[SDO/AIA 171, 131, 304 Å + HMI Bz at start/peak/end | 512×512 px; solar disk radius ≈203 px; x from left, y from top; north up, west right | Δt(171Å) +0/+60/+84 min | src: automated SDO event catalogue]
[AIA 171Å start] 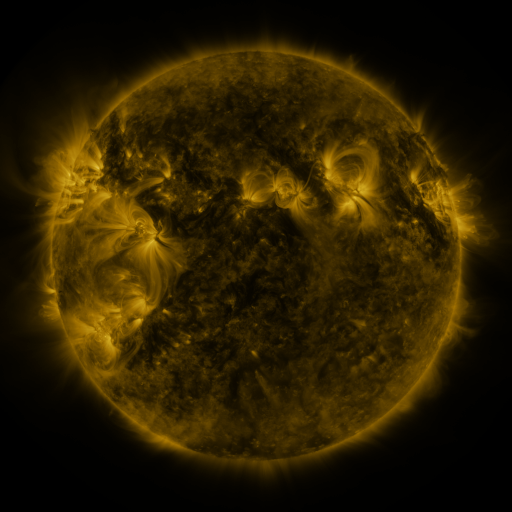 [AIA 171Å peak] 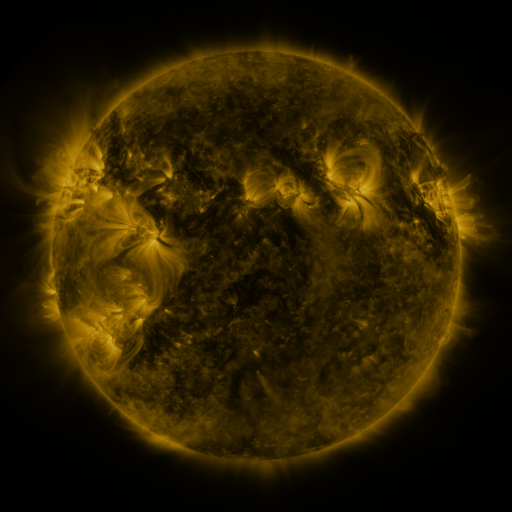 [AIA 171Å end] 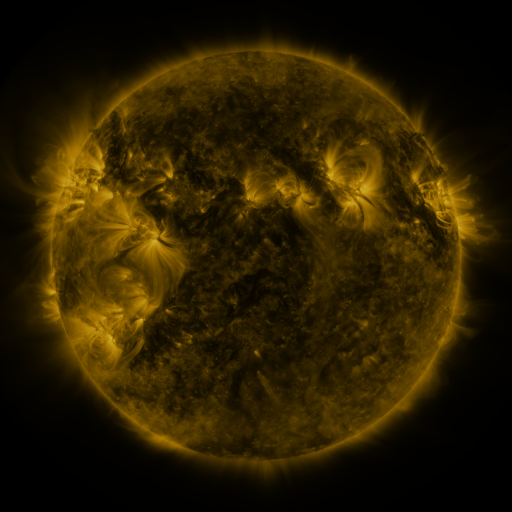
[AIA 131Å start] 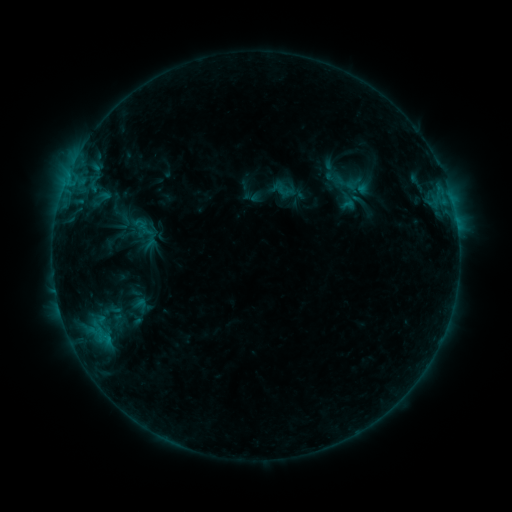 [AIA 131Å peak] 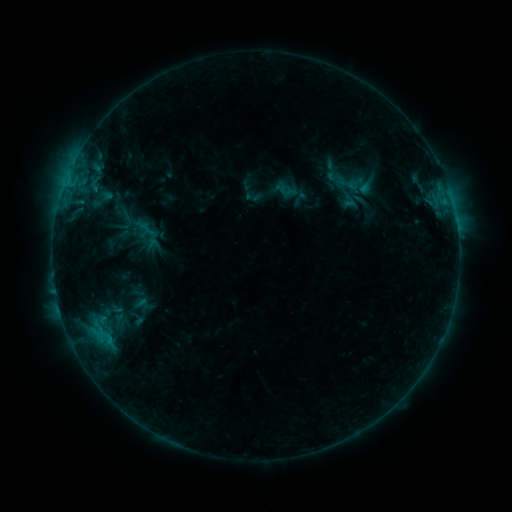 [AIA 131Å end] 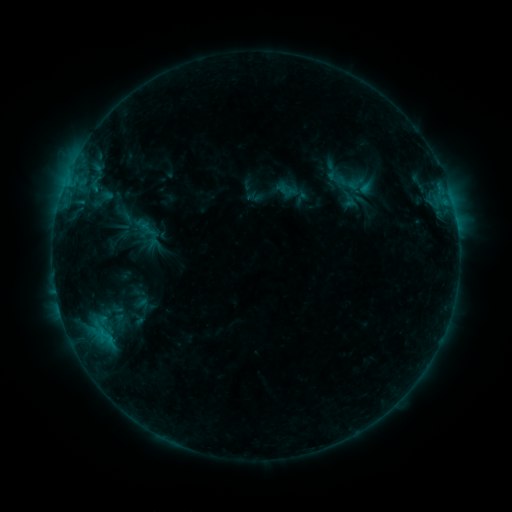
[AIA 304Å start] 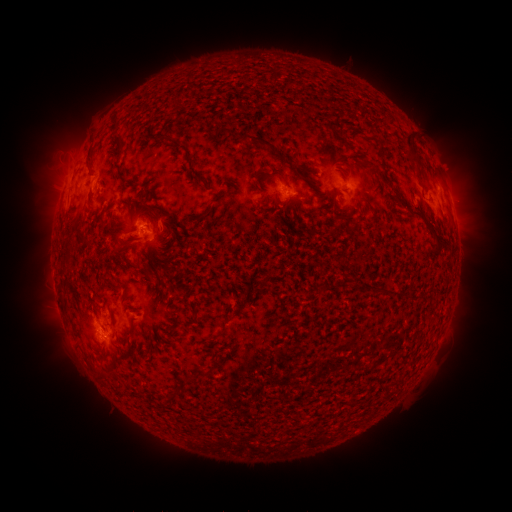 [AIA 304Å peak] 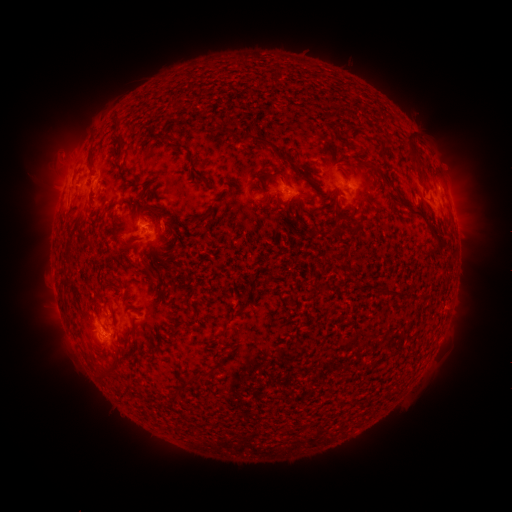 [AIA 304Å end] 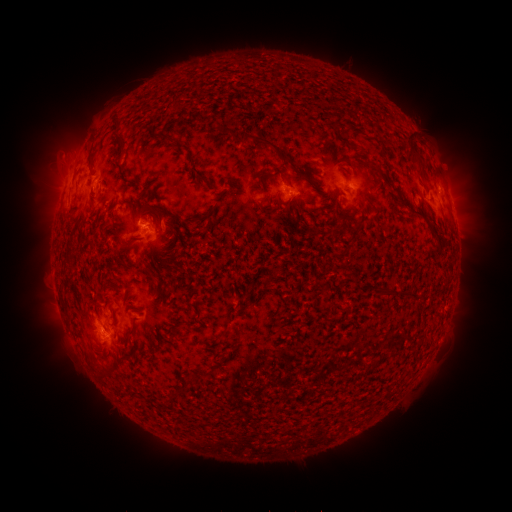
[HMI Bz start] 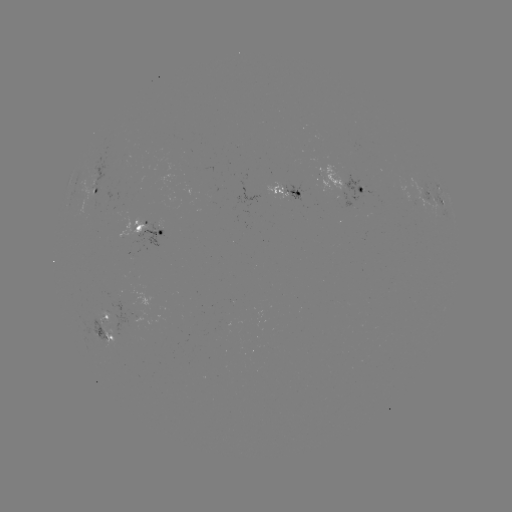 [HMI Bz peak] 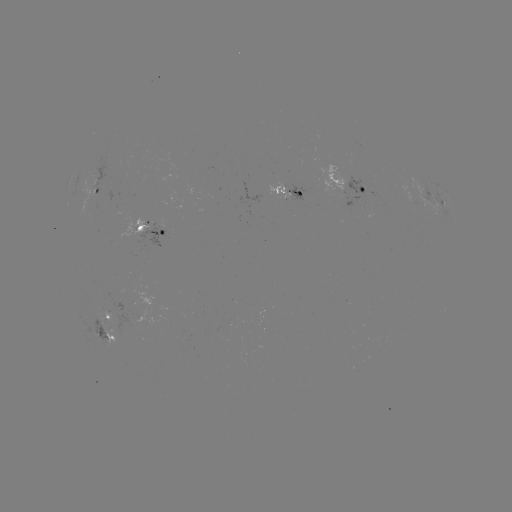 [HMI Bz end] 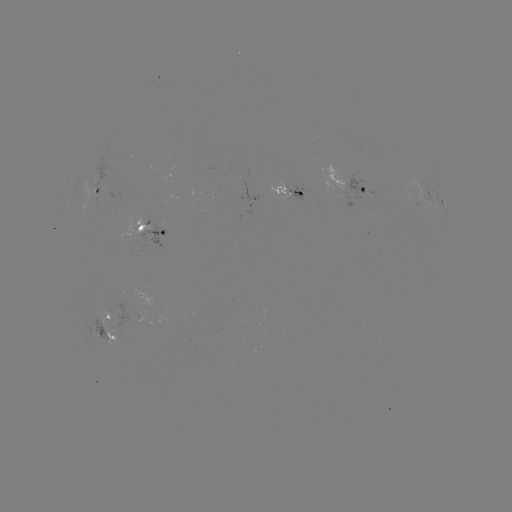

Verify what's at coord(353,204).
emerging-flux region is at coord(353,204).